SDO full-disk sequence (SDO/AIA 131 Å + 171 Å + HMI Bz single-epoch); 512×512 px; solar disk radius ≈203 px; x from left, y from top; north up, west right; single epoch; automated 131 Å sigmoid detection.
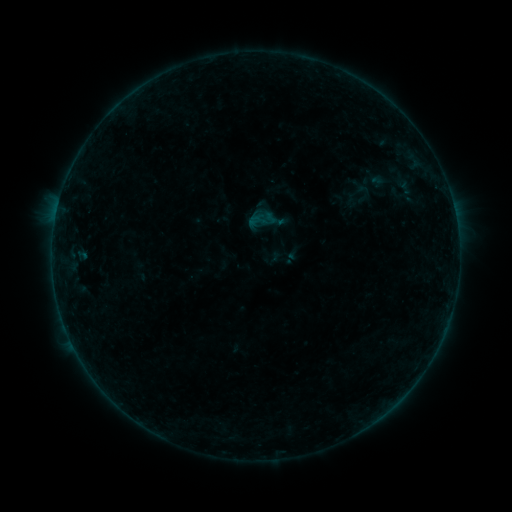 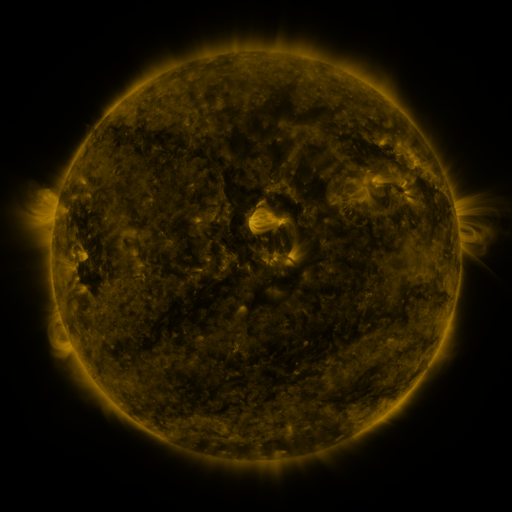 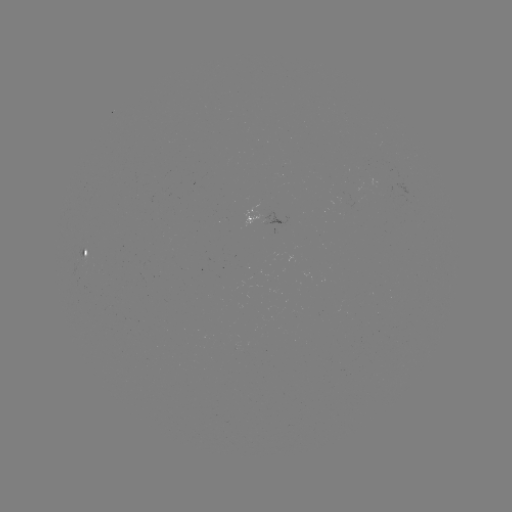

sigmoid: (345, 181, 369, 202)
